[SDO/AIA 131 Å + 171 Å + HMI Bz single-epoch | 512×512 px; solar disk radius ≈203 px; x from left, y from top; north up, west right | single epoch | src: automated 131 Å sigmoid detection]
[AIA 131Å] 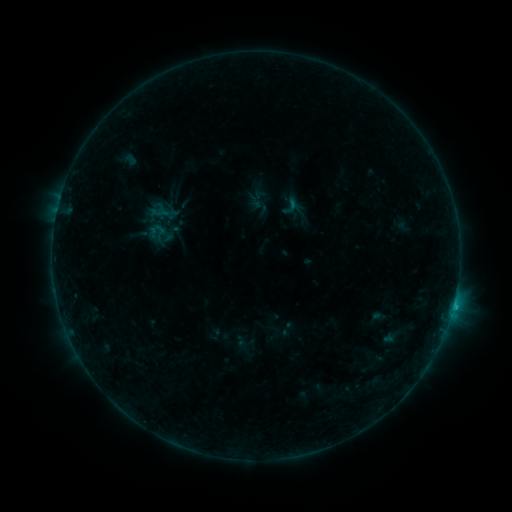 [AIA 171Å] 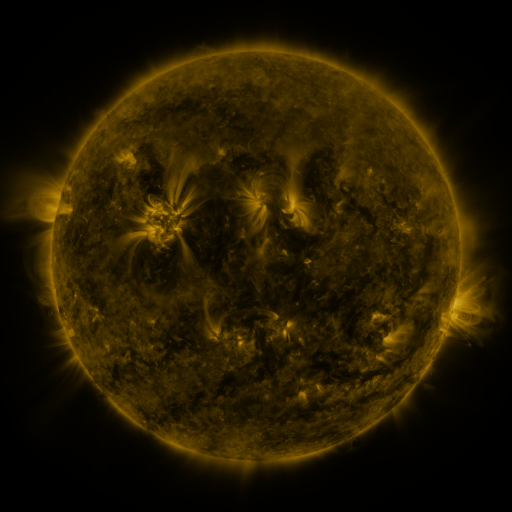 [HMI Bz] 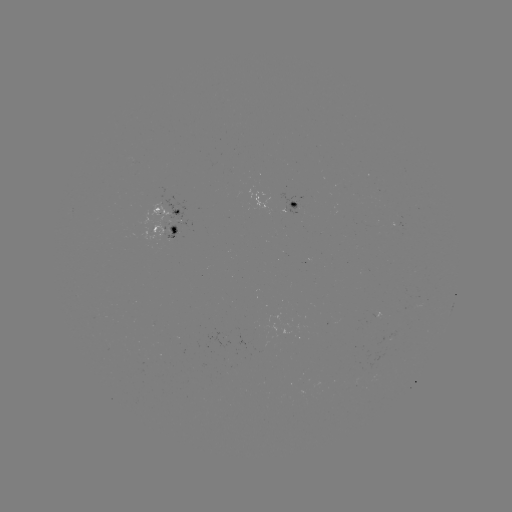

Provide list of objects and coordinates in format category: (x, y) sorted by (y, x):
sigmoid: (290, 206)
sigmoid: (157, 231)
